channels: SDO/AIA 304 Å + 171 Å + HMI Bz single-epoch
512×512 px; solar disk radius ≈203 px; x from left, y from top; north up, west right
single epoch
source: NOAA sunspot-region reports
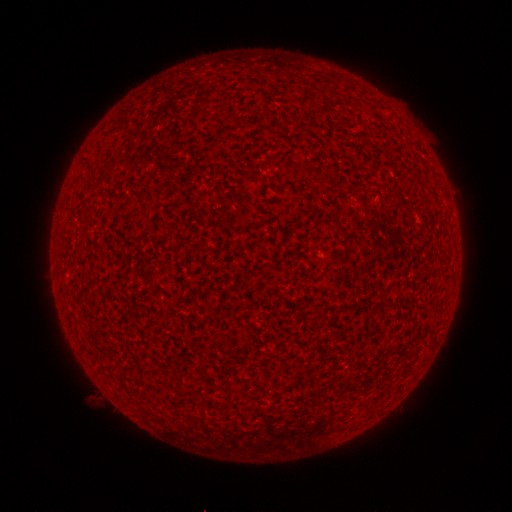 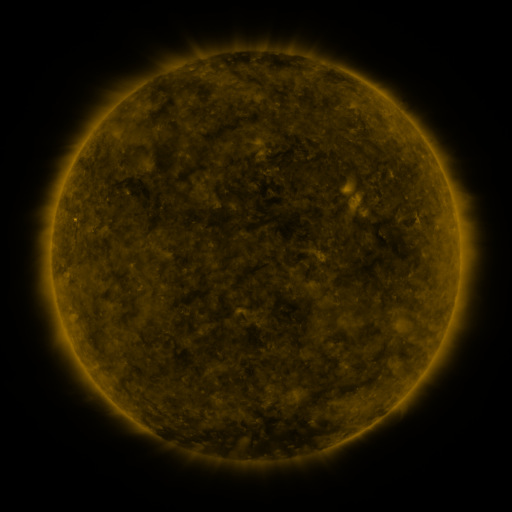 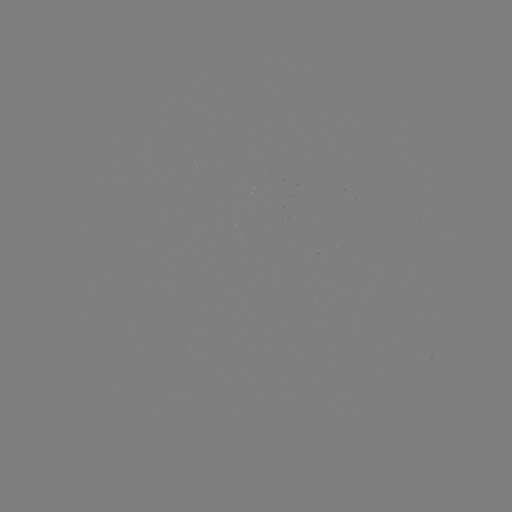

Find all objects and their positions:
(none)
